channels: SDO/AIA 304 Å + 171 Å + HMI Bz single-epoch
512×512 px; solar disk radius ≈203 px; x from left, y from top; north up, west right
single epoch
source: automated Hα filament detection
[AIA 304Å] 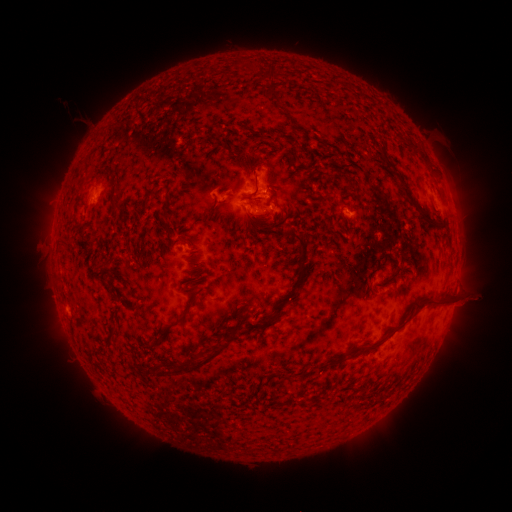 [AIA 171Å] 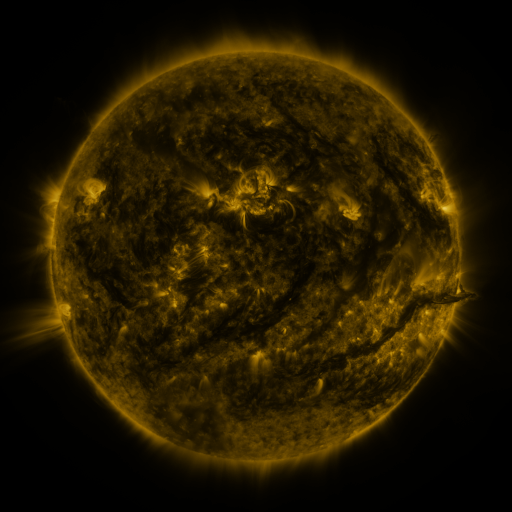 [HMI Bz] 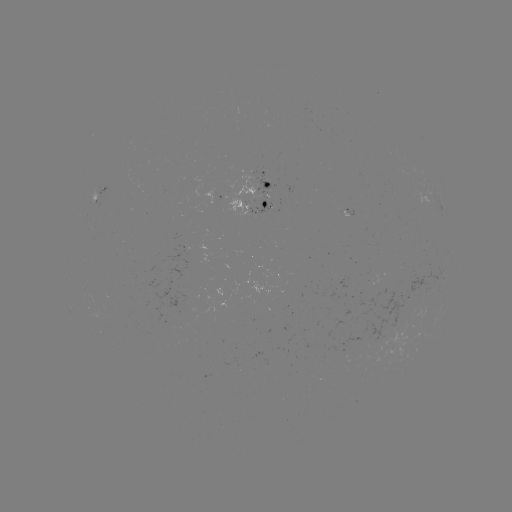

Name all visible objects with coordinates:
filament: <bbox>258, 70, 276, 84</bbox>
filament: <bbox>267, 84, 279, 100</bbox>
filament: <bbox>380, 145, 392, 171</bbox>
filament: <bbox>252, 171, 260, 198</bbox>
filament: <bbox>398, 179, 406, 191</bbox>
filament: <bbox>148, 183, 161, 195</bbox>
filament: <bbox>272, 185, 283, 192</bbox>
filament: <bbox>162, 196, 171, 210</bbox>
filament: <bbox>110, 201, 121, 210</bbox>
filament: <bbox>419, 211, 427, 222</bbox>
filament: <bbox>293, 233, 309, 278</bbox>
filament: <bbox>272, 287, 296, 316</bbox>
filament: <bbox>387, 296, 449, 336</bbox>
filament: <bbox>158, 300, 194, 336</bbox>
filament: <bbox>235, 306, 248, 328</bbox>
filament: <bbox>108, 323, 119, 337</bbox>
filament: <bbox>355, 342, 382, 350</bbox>
filament: <bbox>186, 349, 220, 371</bbox>
filament: <bbox>300, 355, 347, 377</bbox>
